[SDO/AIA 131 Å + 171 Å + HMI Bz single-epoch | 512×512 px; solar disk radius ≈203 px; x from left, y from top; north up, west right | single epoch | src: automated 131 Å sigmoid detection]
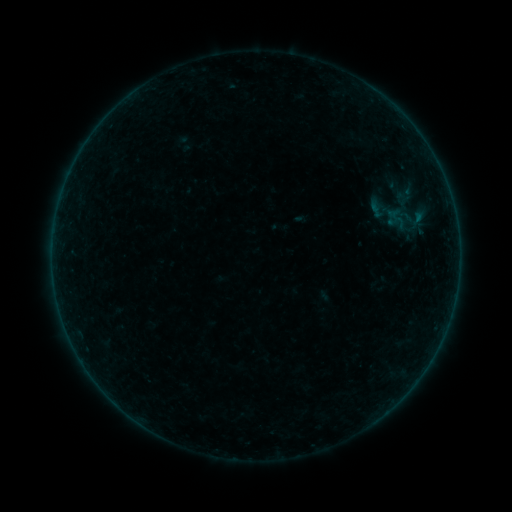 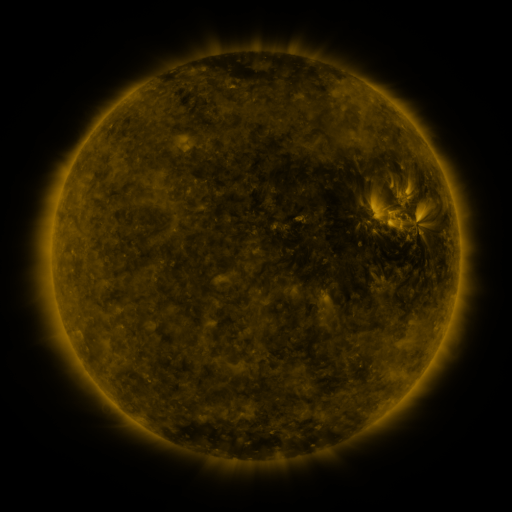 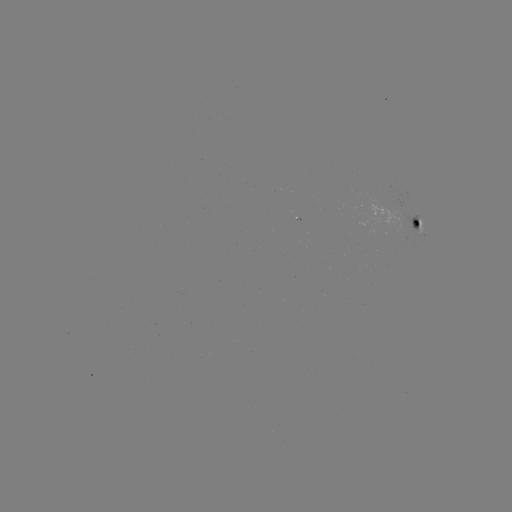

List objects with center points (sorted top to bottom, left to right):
sigmoid: (411, 217)
